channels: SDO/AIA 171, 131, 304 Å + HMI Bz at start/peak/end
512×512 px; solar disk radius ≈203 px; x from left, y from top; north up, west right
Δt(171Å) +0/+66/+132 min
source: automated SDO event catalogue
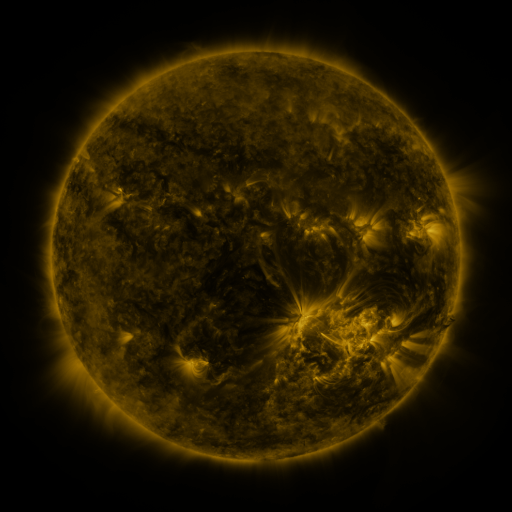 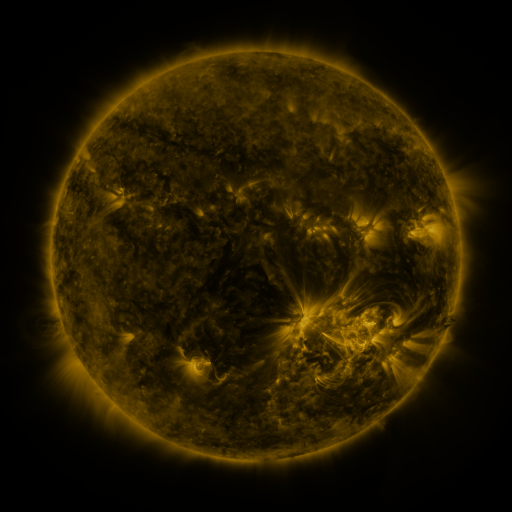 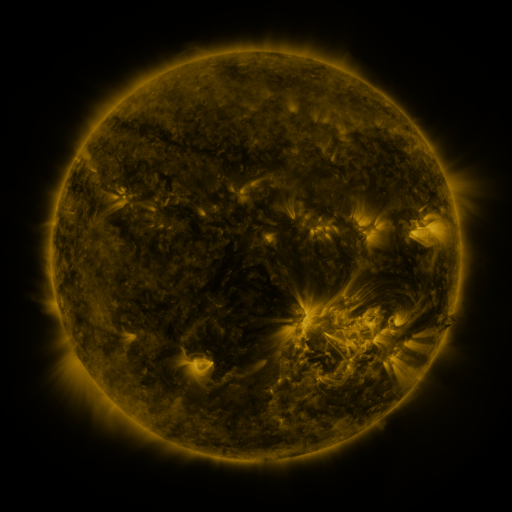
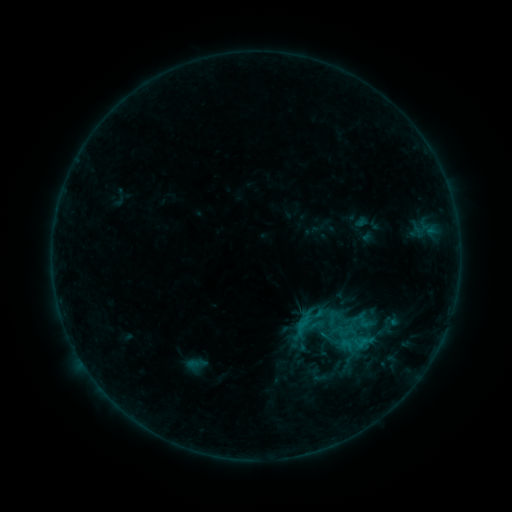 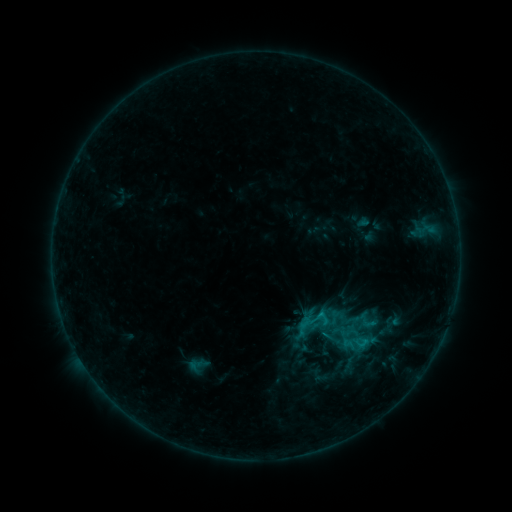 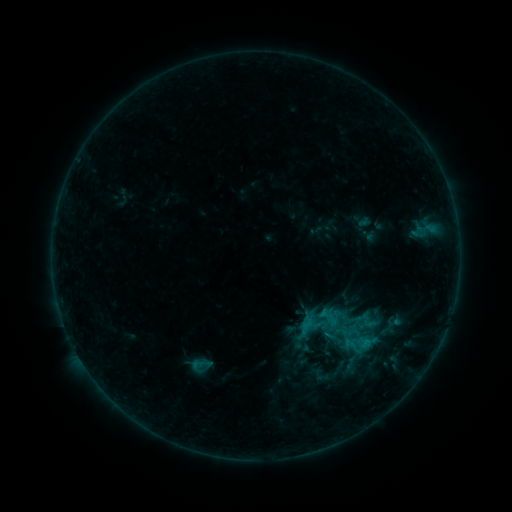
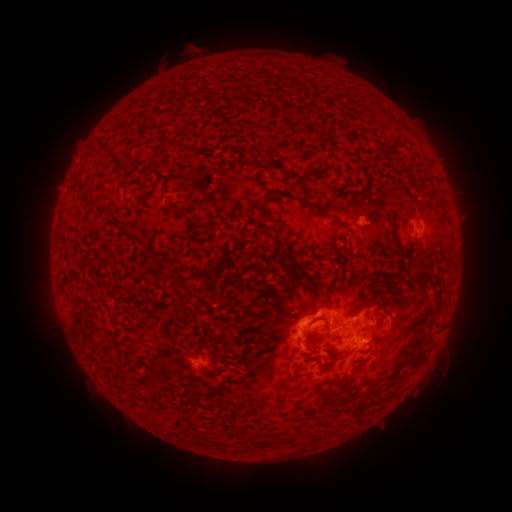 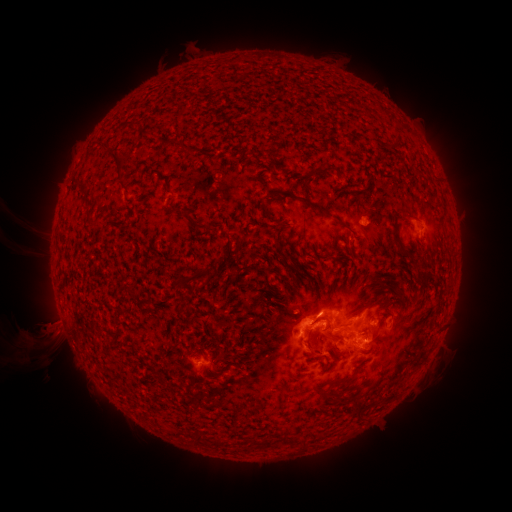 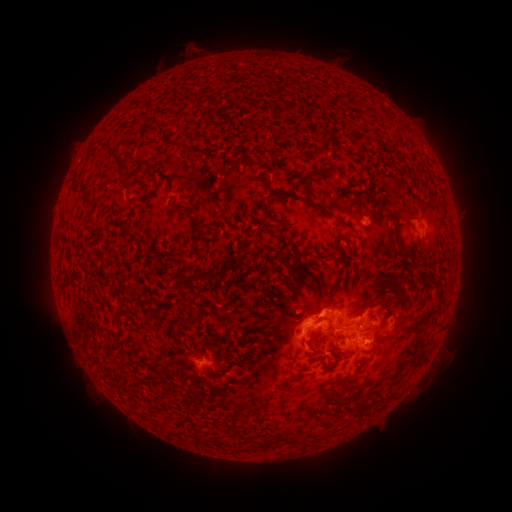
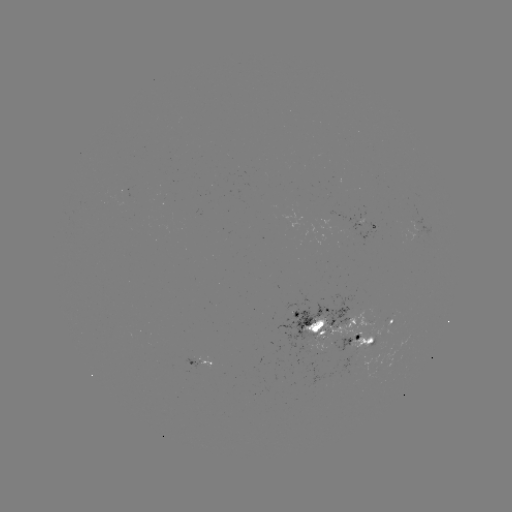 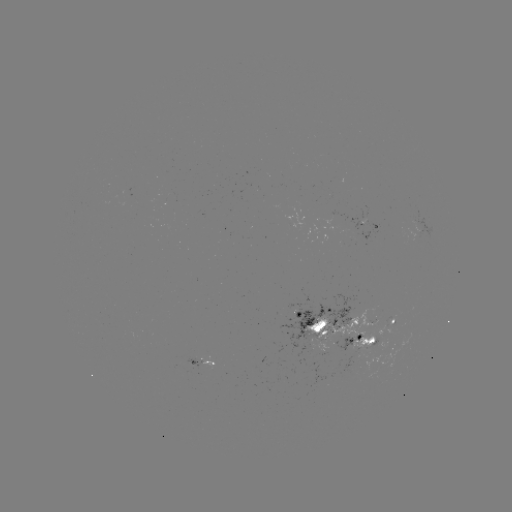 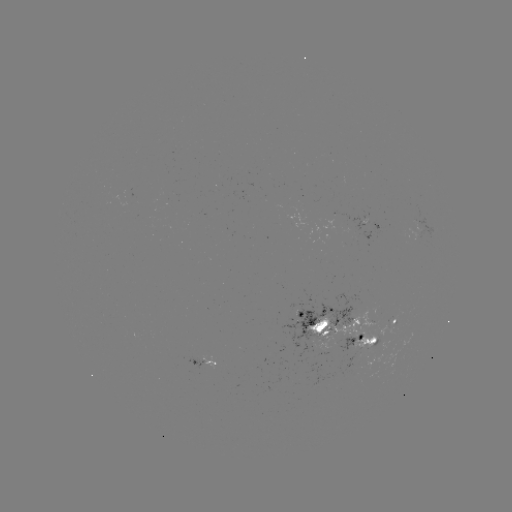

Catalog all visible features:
filament eruption: (41, 276)
